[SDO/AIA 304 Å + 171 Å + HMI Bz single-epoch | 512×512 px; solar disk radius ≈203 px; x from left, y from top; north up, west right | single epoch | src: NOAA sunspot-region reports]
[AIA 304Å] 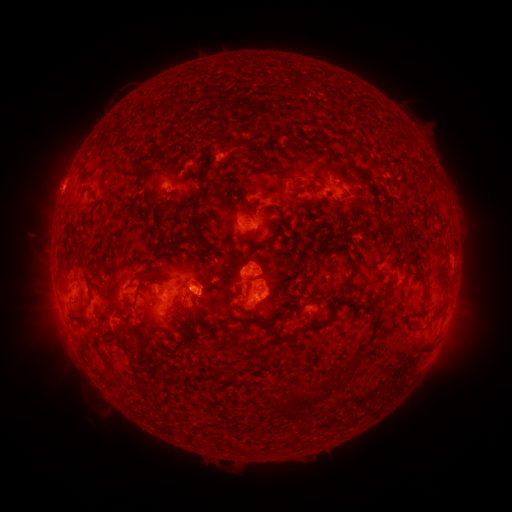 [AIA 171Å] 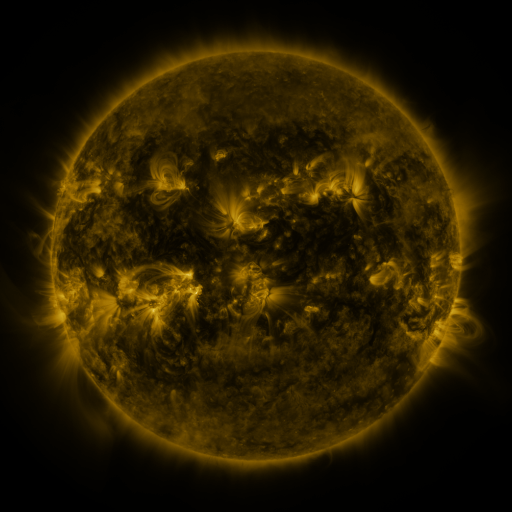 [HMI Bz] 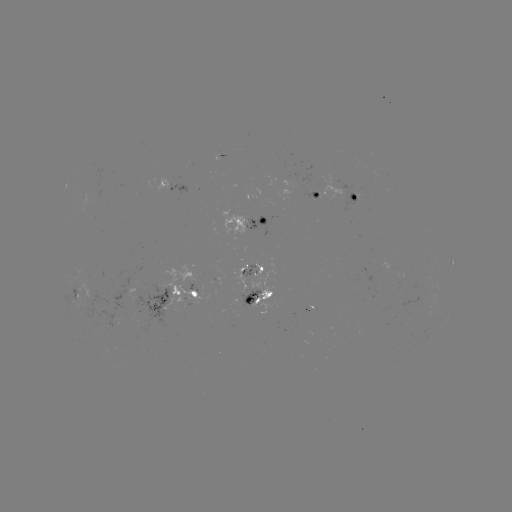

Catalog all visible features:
spotted active region: (220, 155)
spotted active region: (163, 183)
spotted active region: (317, 195)
spotted active region: (352, 196)
spotted active region: (248, 222)
spotted active region: (245, 268)
spotted active region: (77, 289)
spotted active region: (259, 299)
spotted active region: (171, 305)
